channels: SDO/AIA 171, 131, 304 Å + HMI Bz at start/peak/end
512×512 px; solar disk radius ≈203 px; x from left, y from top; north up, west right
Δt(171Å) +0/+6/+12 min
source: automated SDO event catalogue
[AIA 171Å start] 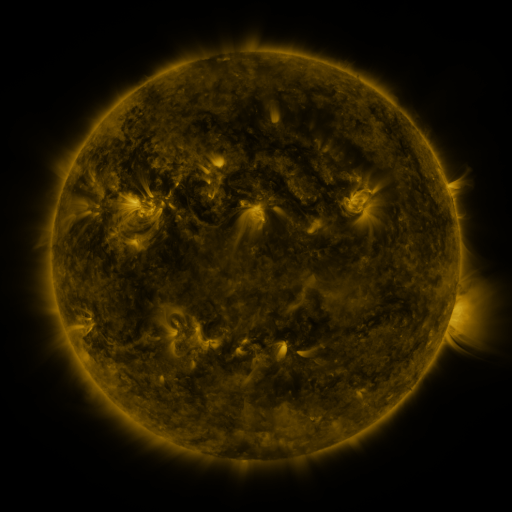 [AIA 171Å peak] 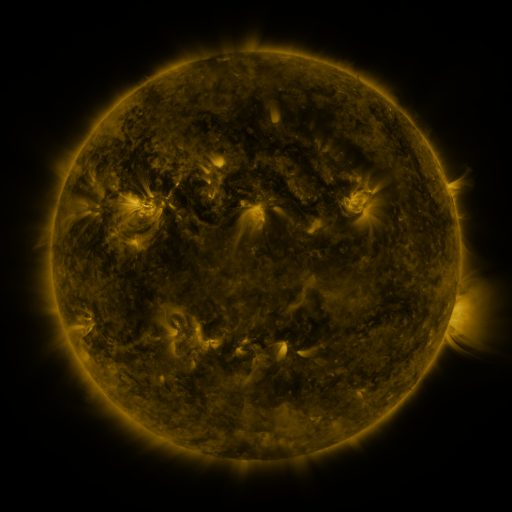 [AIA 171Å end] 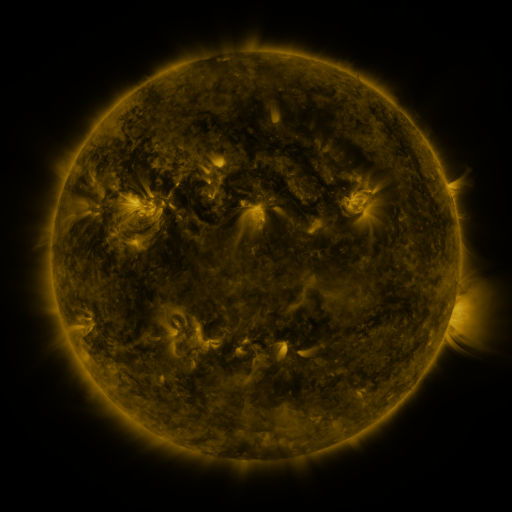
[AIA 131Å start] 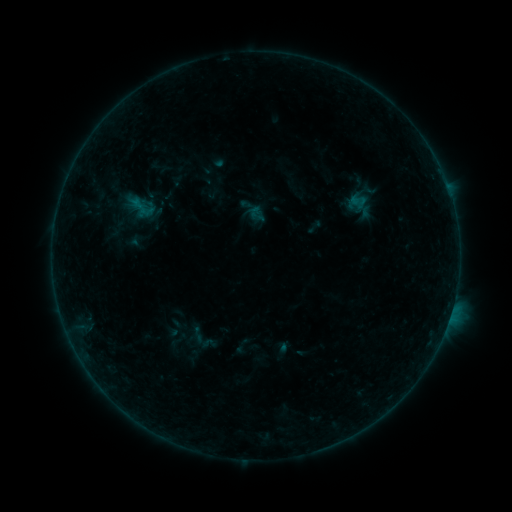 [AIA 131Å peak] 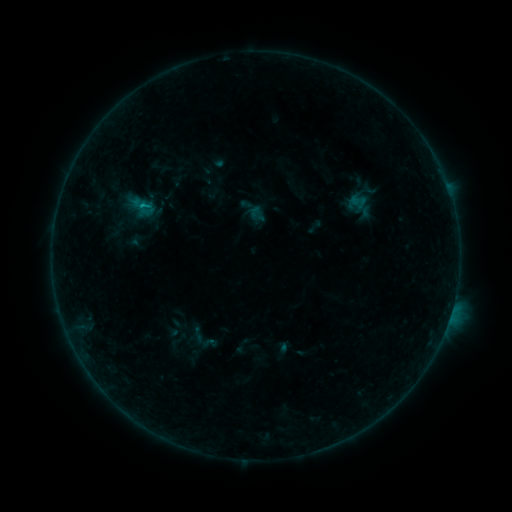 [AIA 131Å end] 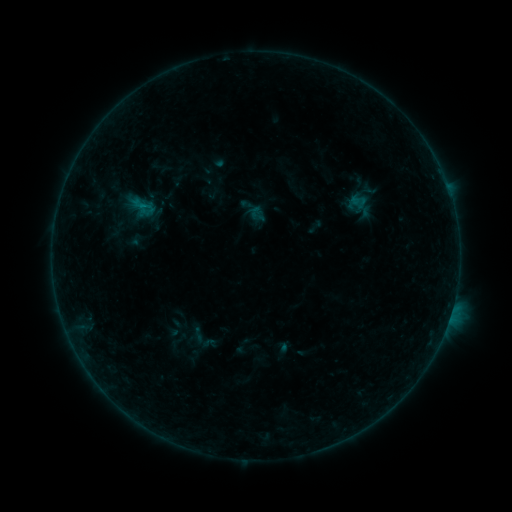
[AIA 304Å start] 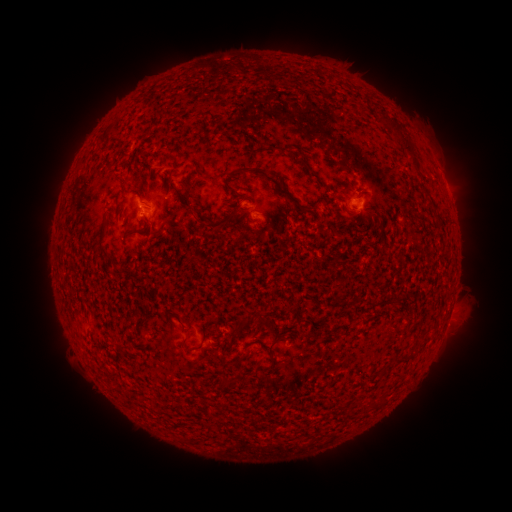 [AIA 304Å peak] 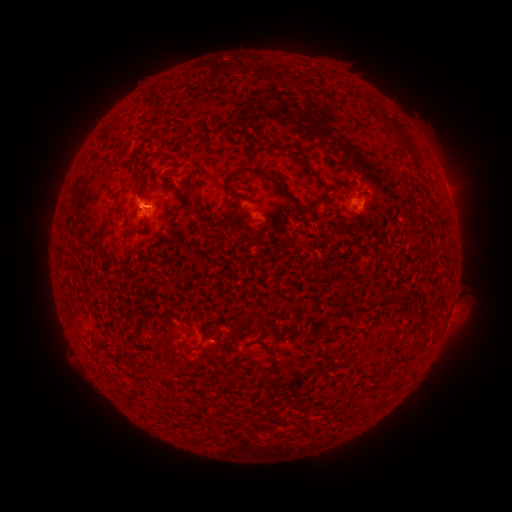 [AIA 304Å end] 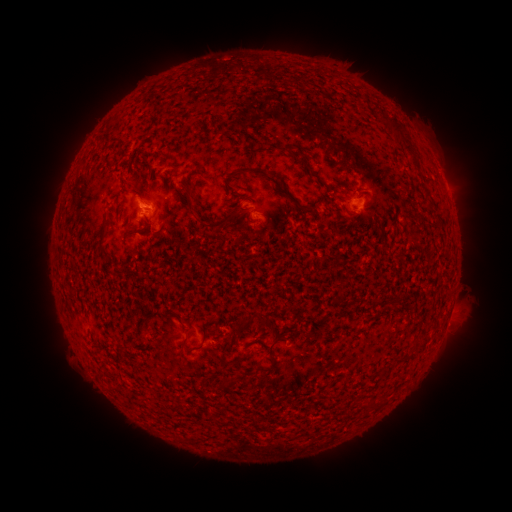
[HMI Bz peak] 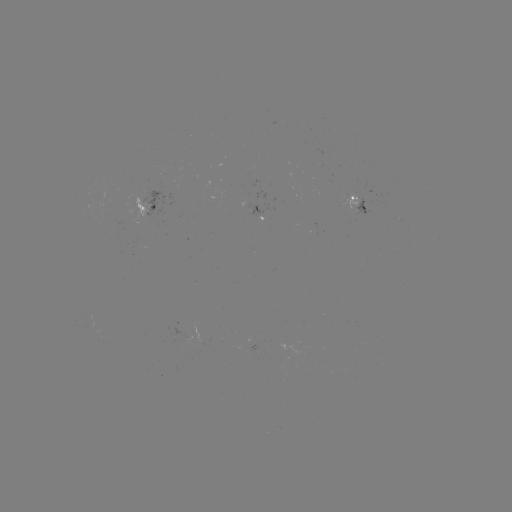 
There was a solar flare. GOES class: B3.3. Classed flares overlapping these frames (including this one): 1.